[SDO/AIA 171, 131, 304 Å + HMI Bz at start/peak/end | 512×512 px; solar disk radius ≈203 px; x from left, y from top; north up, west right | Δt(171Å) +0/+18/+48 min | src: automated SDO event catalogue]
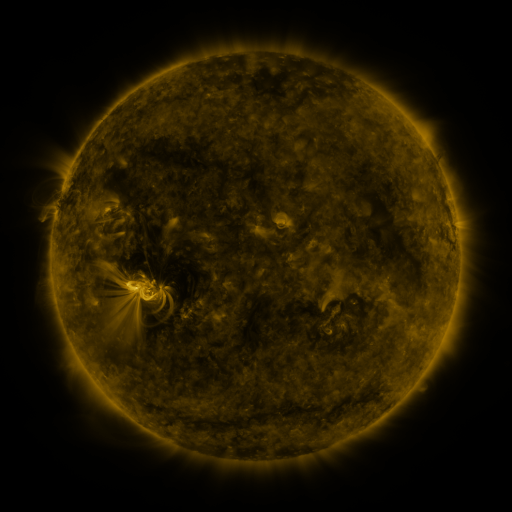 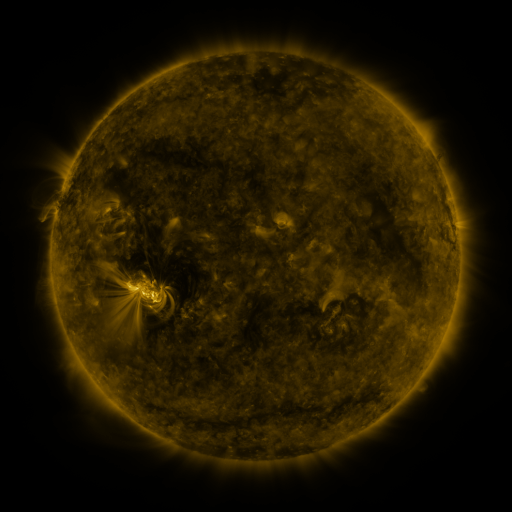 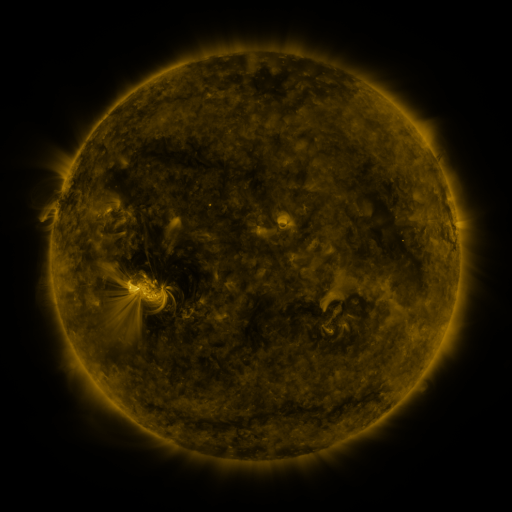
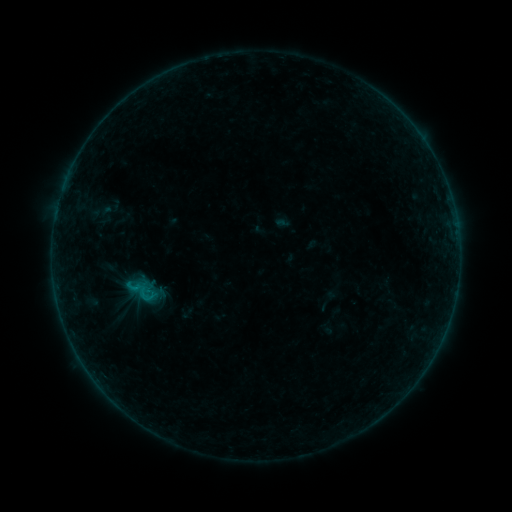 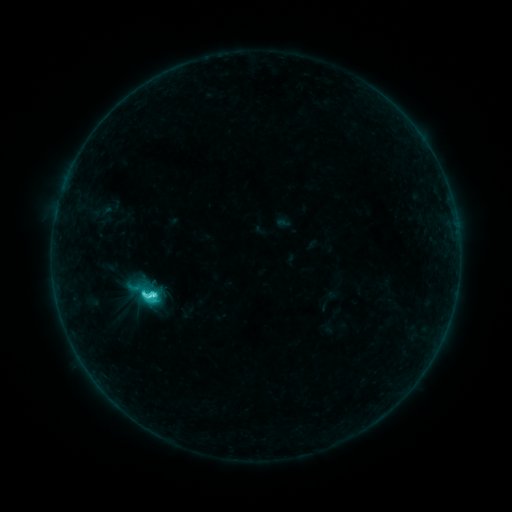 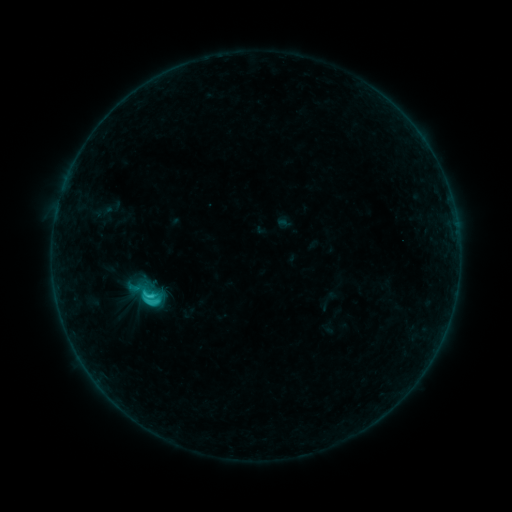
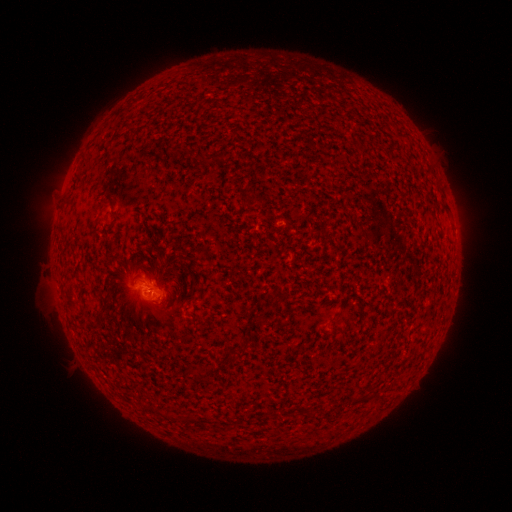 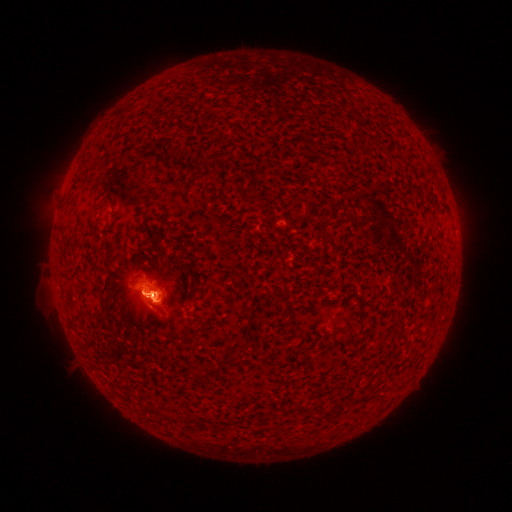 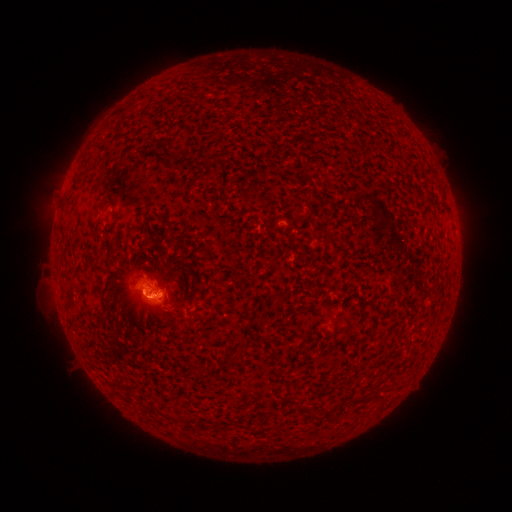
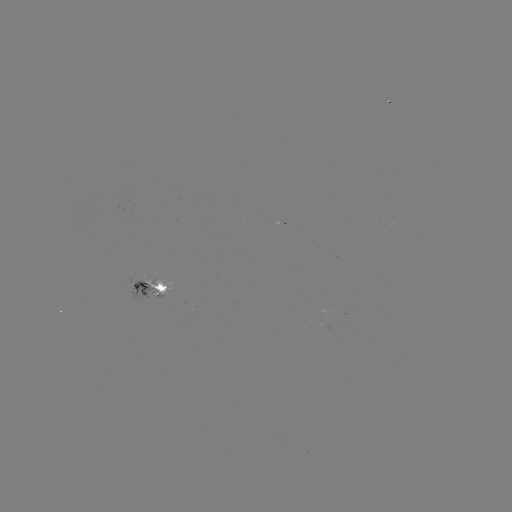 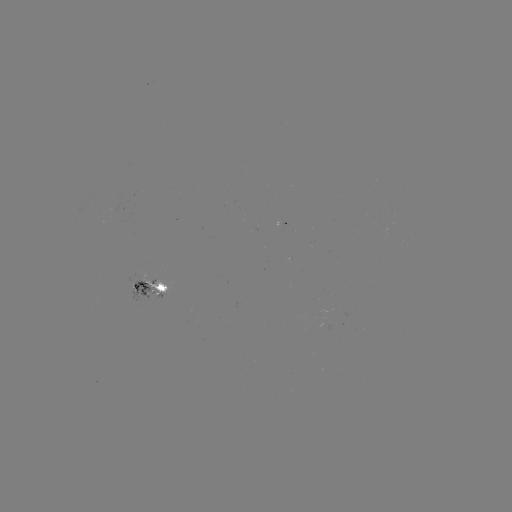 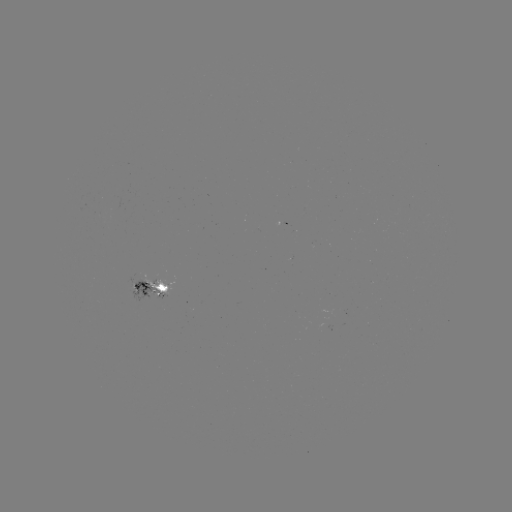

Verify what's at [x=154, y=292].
C5.3 flare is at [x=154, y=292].